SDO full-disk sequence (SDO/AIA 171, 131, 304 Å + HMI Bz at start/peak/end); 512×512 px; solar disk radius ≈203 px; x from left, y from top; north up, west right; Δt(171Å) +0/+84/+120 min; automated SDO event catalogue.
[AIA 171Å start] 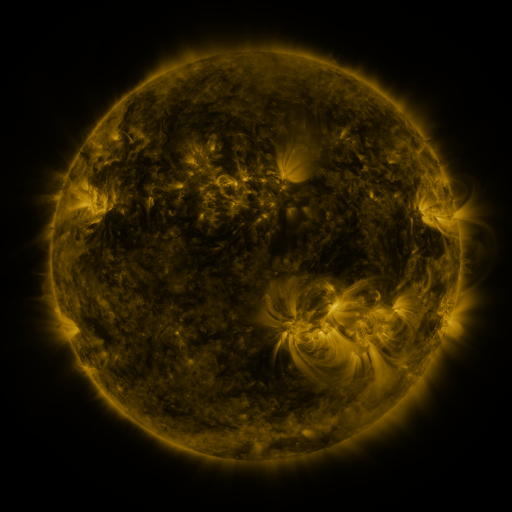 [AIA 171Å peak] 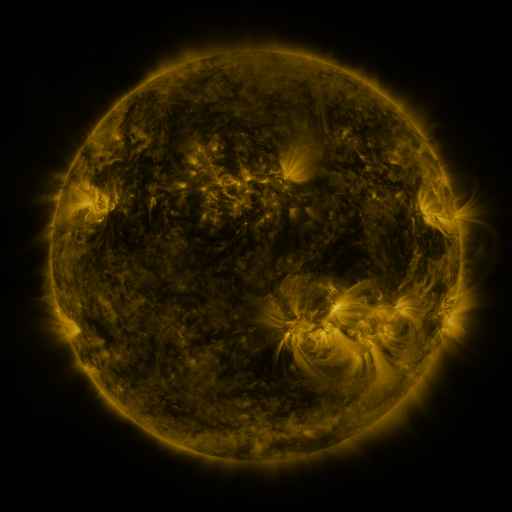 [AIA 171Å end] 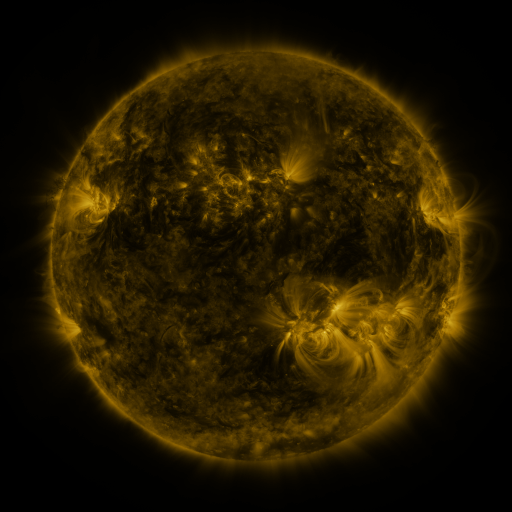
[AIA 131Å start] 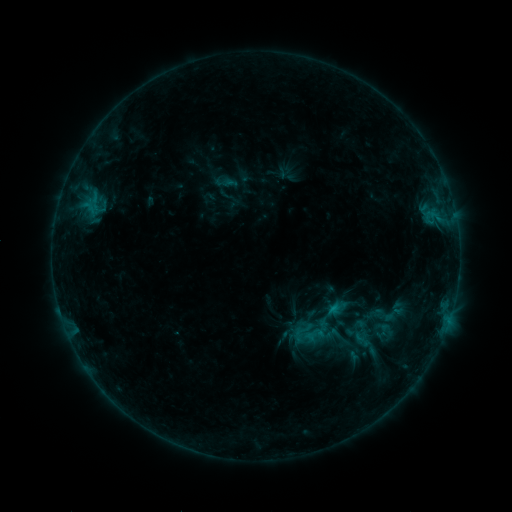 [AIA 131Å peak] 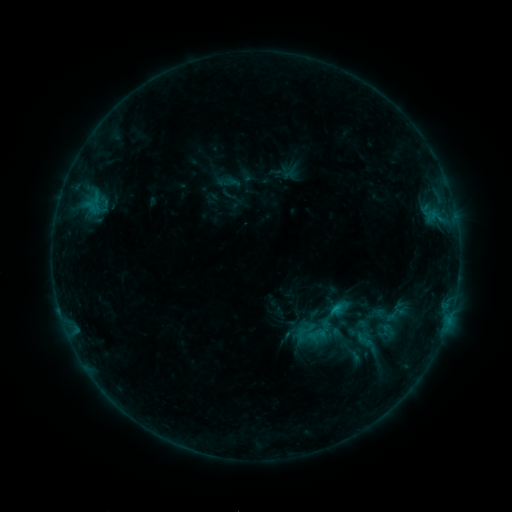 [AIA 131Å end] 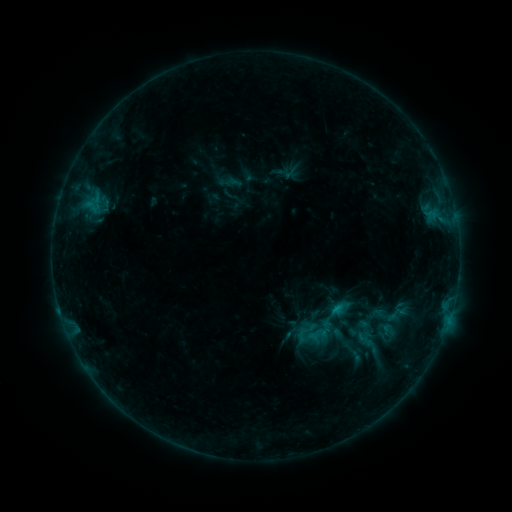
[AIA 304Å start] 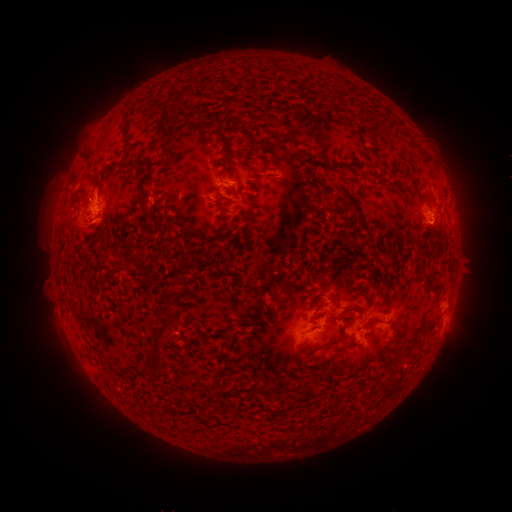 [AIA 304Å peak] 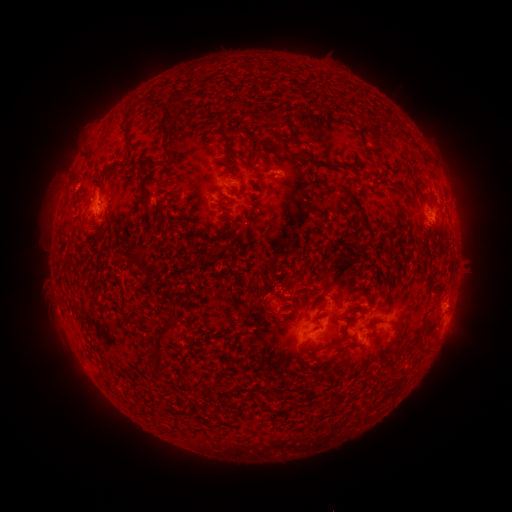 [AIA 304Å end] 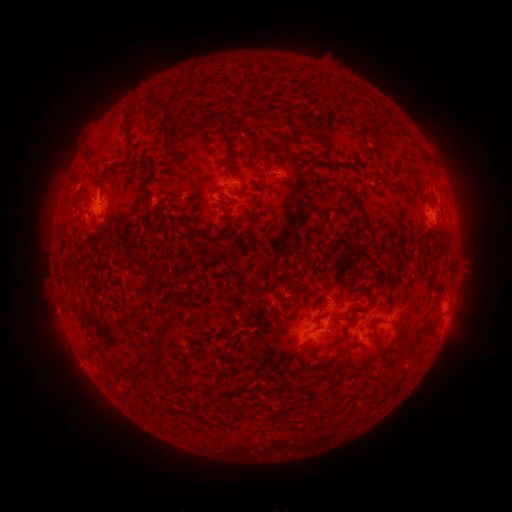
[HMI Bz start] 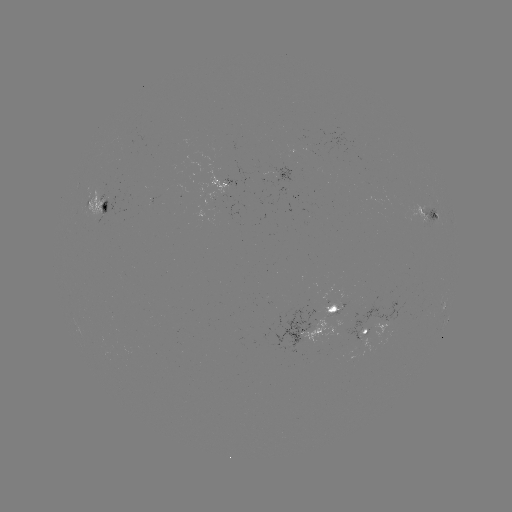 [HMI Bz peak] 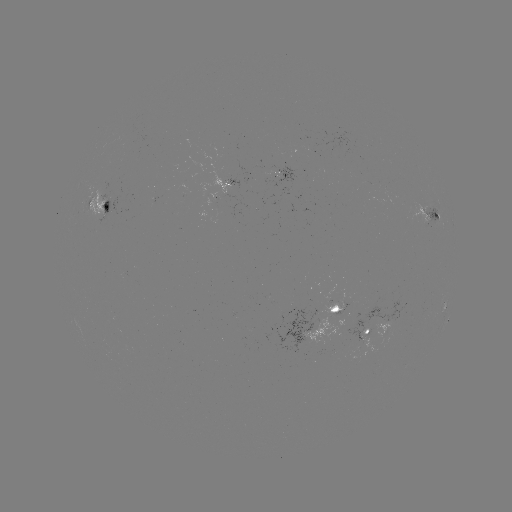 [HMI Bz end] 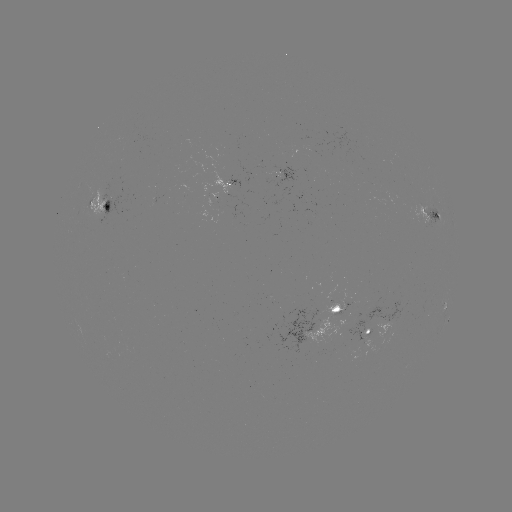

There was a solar emerging-flux region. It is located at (345, 317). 